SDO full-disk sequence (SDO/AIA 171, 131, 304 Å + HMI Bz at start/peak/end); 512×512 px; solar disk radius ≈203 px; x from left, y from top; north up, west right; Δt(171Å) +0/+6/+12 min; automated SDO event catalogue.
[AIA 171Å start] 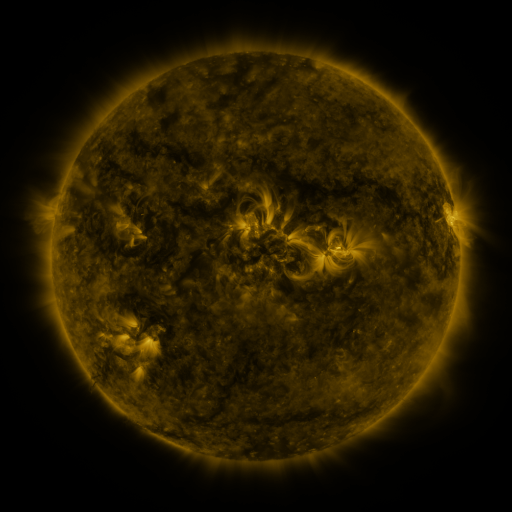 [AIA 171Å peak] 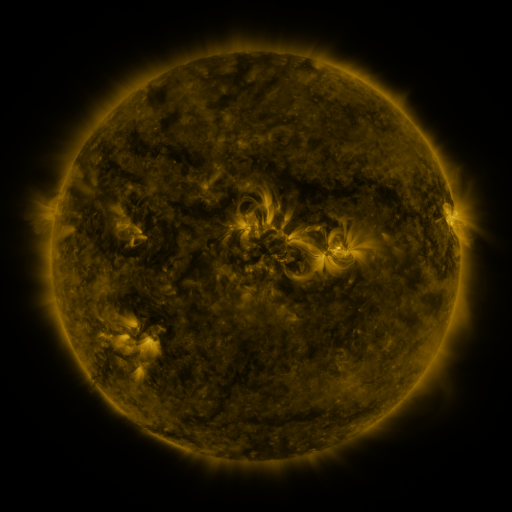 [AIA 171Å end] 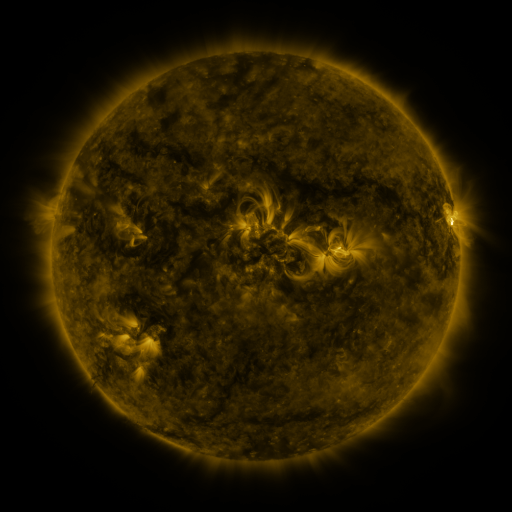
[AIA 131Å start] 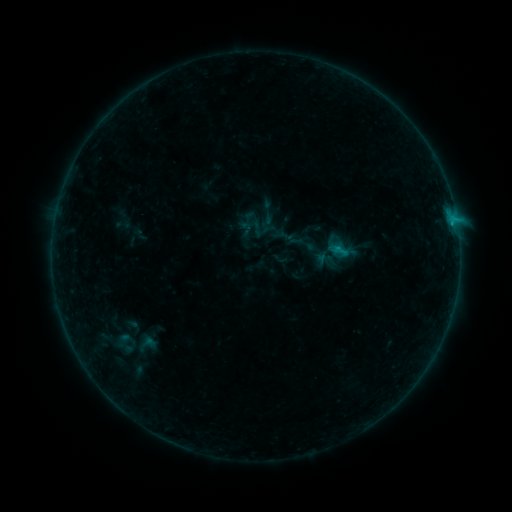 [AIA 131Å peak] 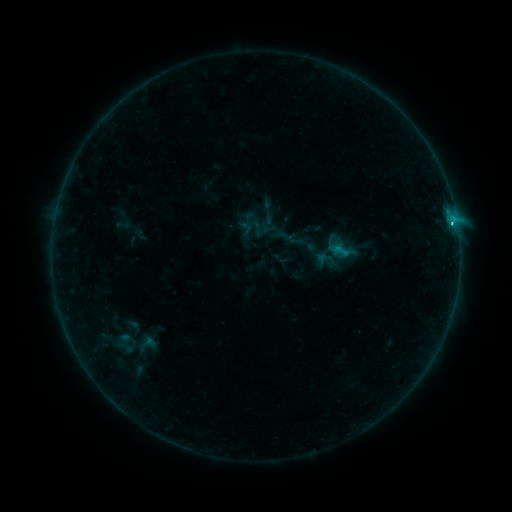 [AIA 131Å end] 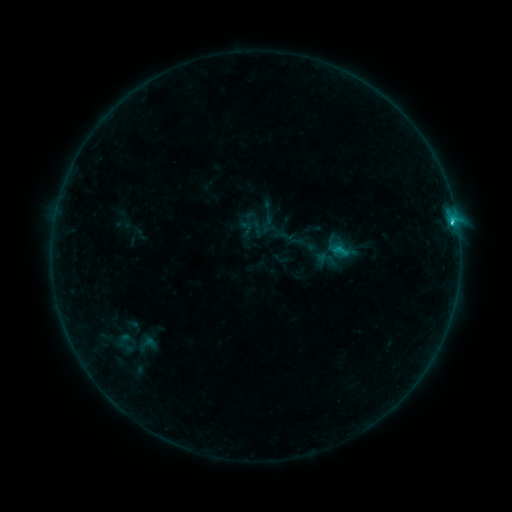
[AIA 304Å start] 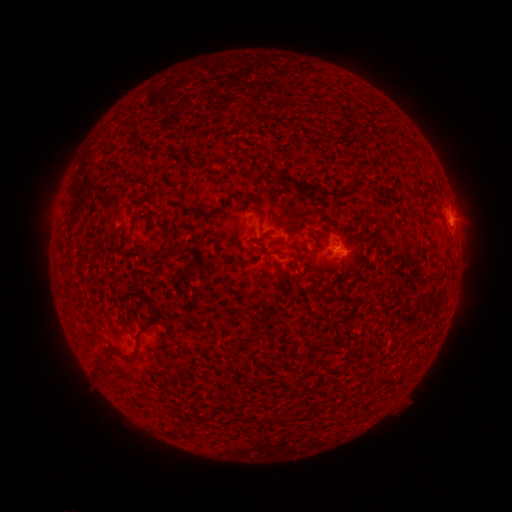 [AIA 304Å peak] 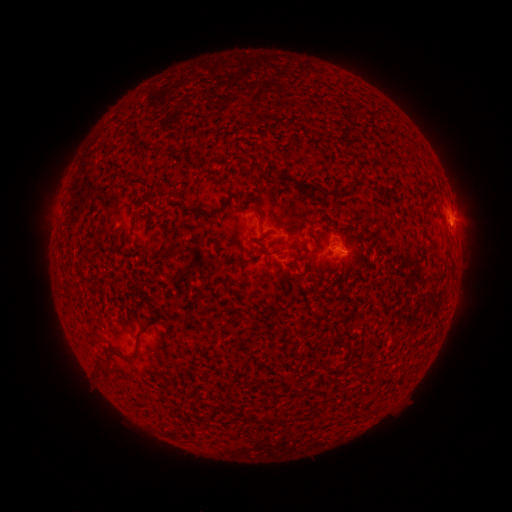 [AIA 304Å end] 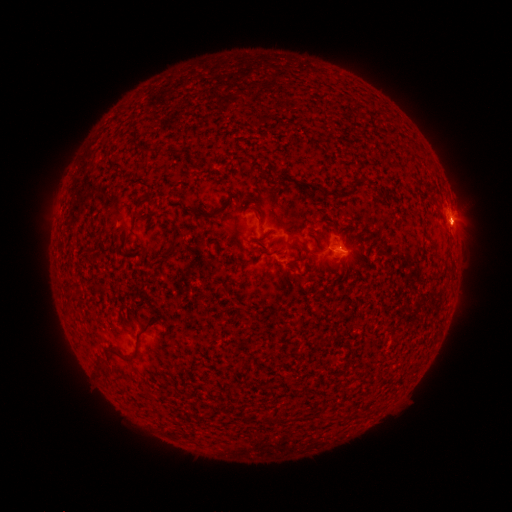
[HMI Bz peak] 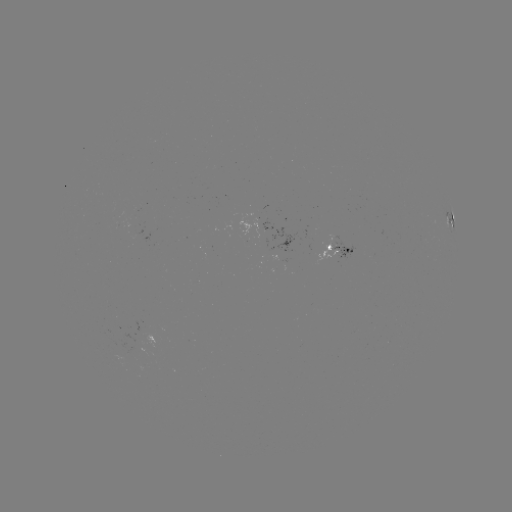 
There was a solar flare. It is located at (451, 226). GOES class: C1.7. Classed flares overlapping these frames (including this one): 1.